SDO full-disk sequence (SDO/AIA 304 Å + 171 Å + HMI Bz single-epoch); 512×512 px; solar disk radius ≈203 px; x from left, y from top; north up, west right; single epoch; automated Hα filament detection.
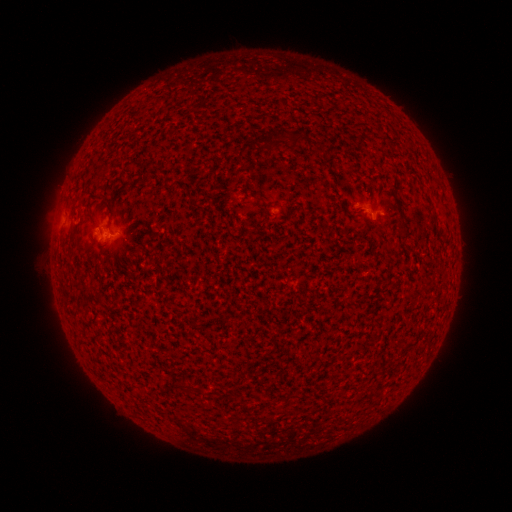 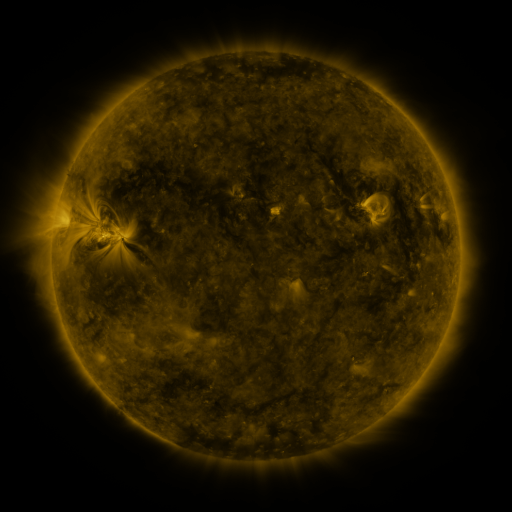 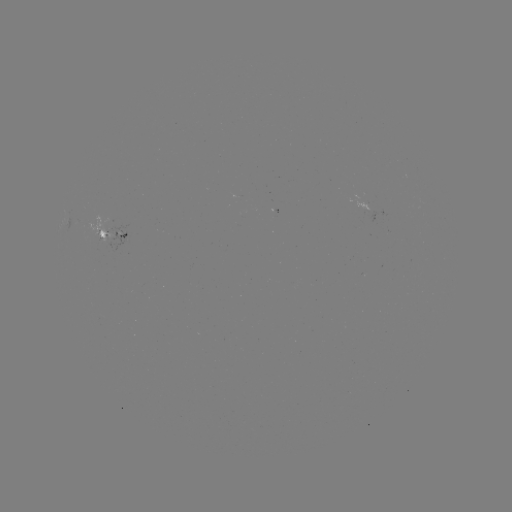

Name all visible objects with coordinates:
filament: (259, 129, 274, 138)
filament: (291, 132, 303, 147)
filament: (258, 136, 280, 152)
filament: (138, 170, 150, 185)
filament: (291, 393, 302, 400)
